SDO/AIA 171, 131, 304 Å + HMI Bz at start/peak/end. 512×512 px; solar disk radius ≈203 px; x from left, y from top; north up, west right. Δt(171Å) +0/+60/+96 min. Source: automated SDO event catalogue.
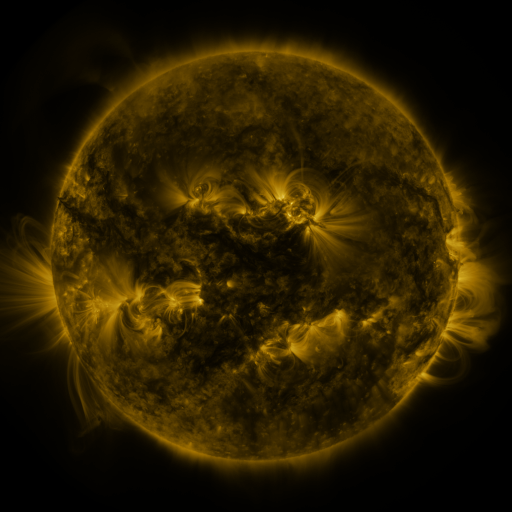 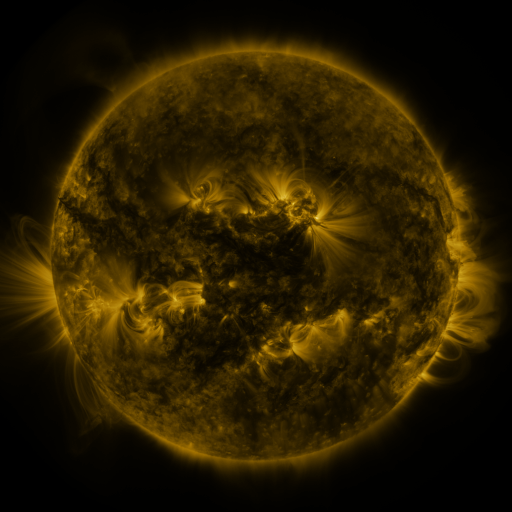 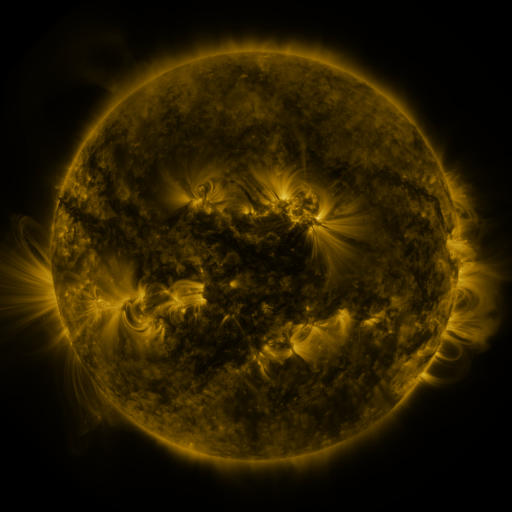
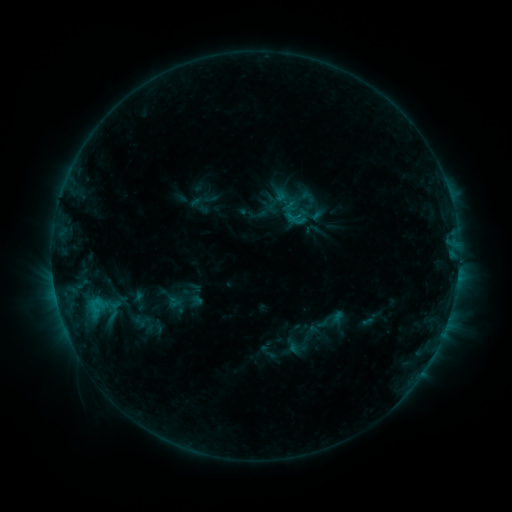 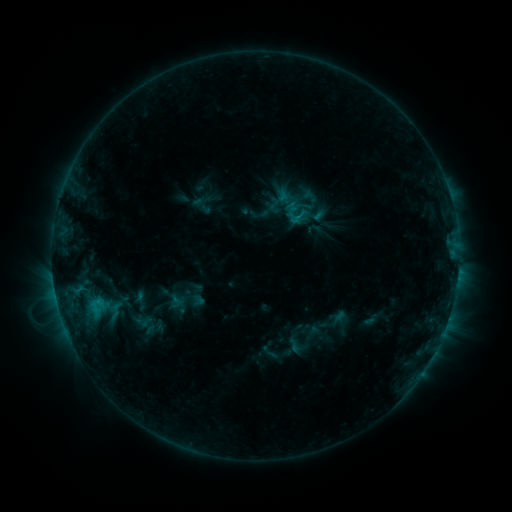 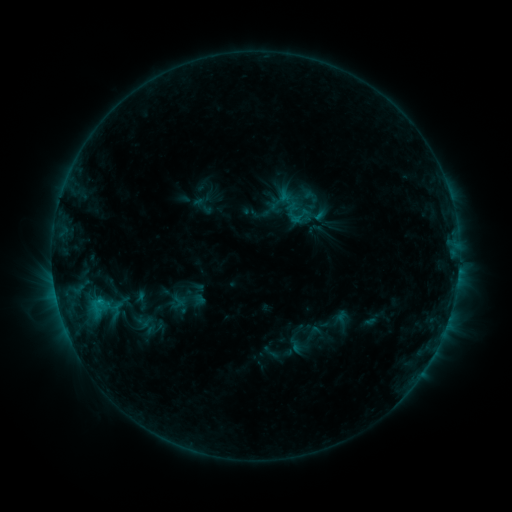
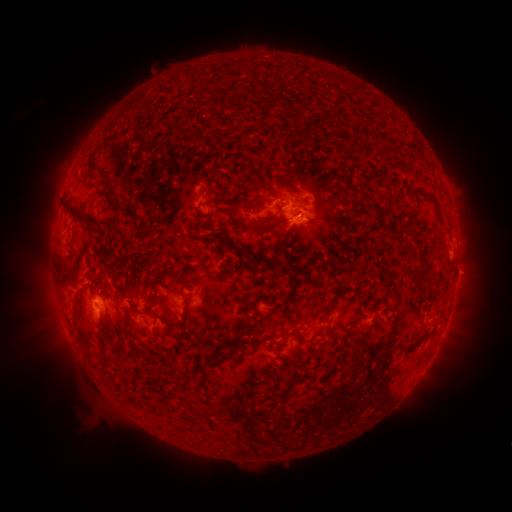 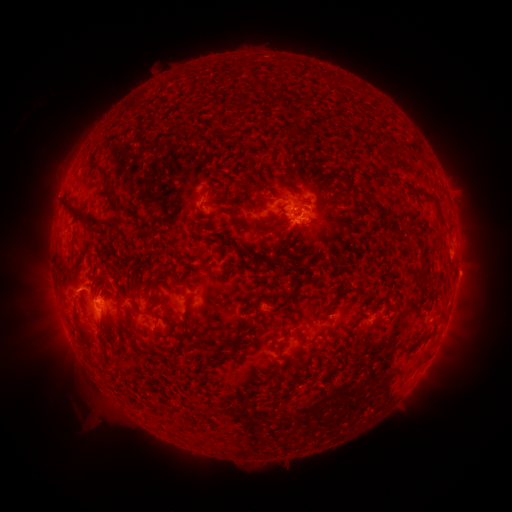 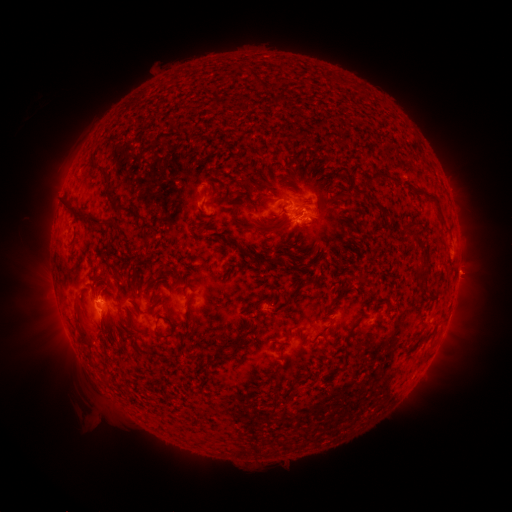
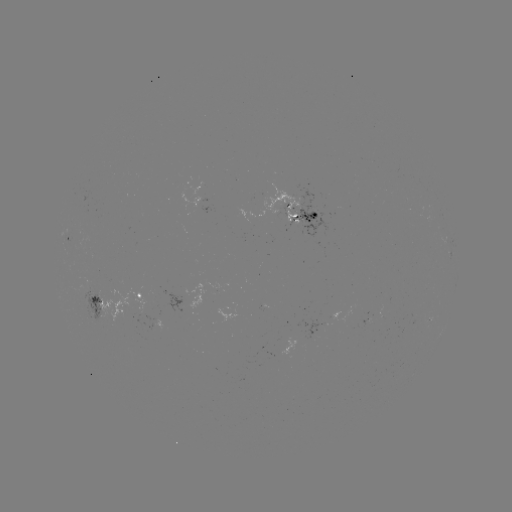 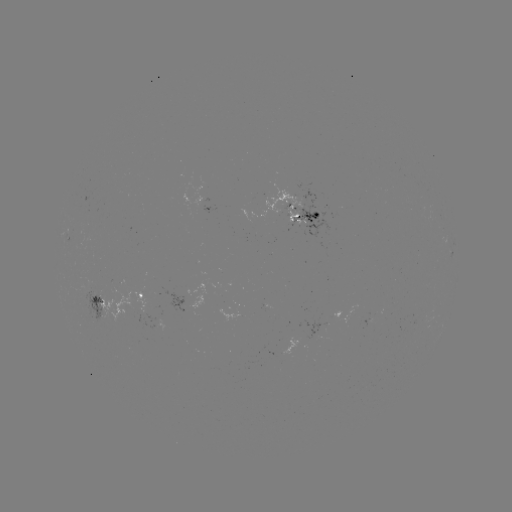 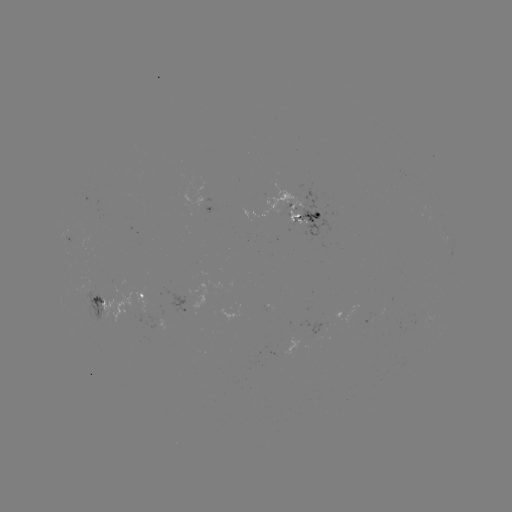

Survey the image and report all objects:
emerging-flux region: (314, 215)
